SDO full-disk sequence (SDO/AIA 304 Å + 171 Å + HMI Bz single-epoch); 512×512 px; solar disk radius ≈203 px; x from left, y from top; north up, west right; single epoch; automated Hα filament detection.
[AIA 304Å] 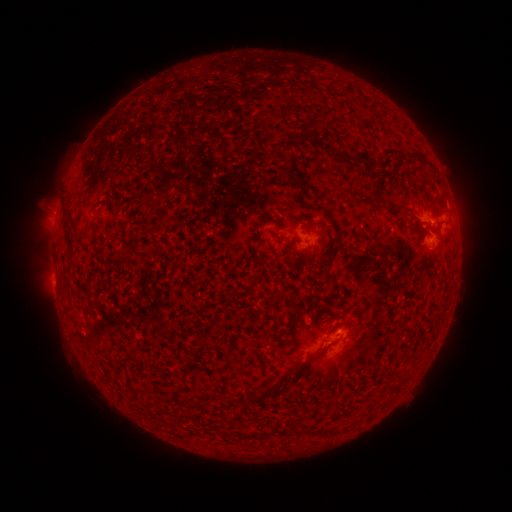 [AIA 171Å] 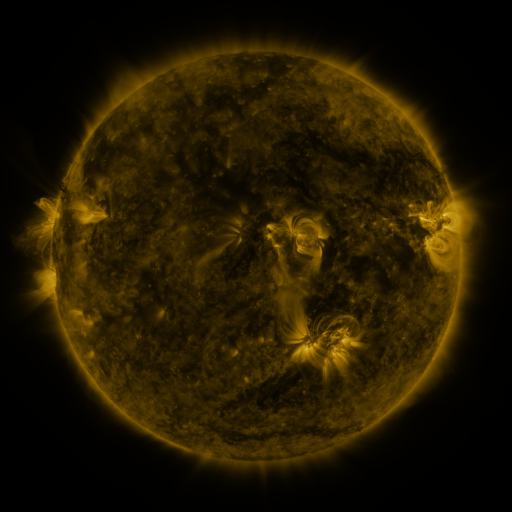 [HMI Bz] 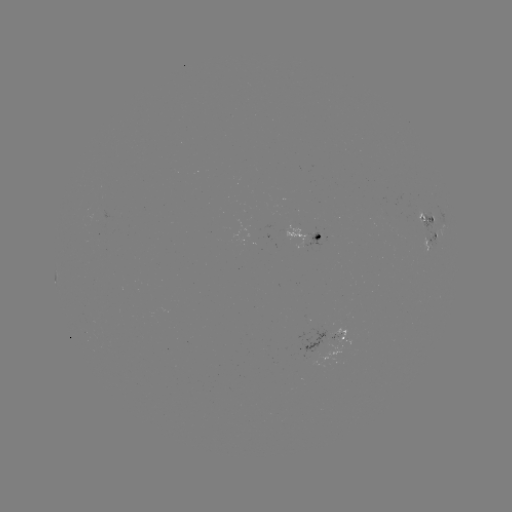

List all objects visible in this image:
filament: (295, 134, 308, 148)
filament: (410, 149, 426, 160)
filament: (277, 165, 301, 180)
filament: (253, 221, 262, 244)
filament: (327, 223, 343, 238)
filament: (90, 233, 103, 247)
filament: (322, 242, 340, 275)
filament: (316, 339, 338, 358)
